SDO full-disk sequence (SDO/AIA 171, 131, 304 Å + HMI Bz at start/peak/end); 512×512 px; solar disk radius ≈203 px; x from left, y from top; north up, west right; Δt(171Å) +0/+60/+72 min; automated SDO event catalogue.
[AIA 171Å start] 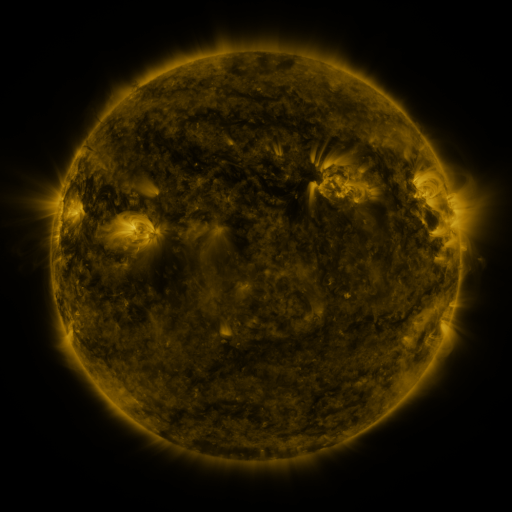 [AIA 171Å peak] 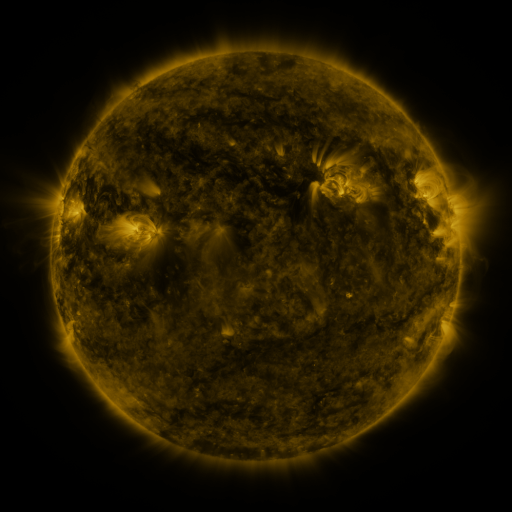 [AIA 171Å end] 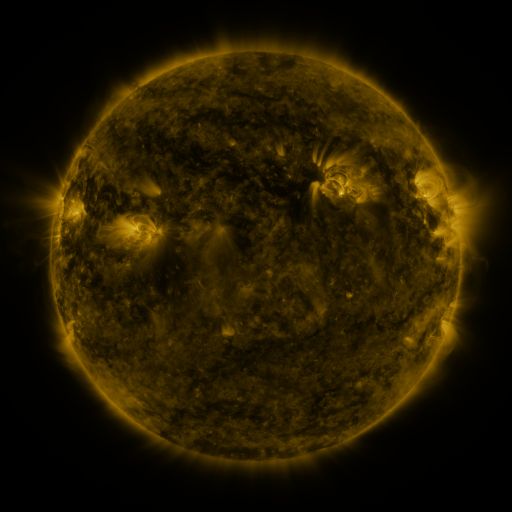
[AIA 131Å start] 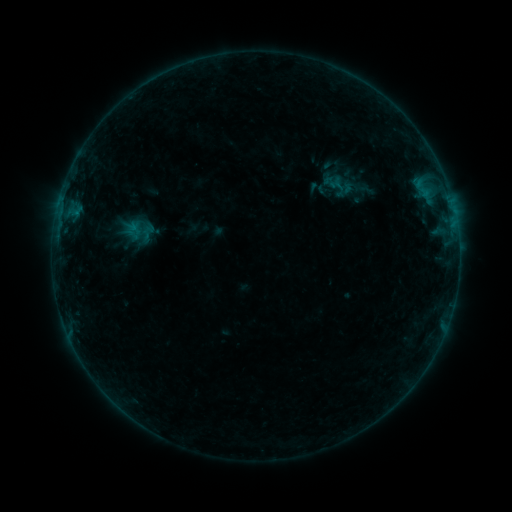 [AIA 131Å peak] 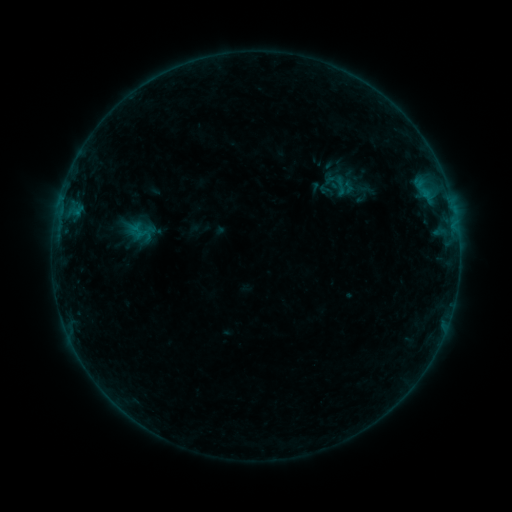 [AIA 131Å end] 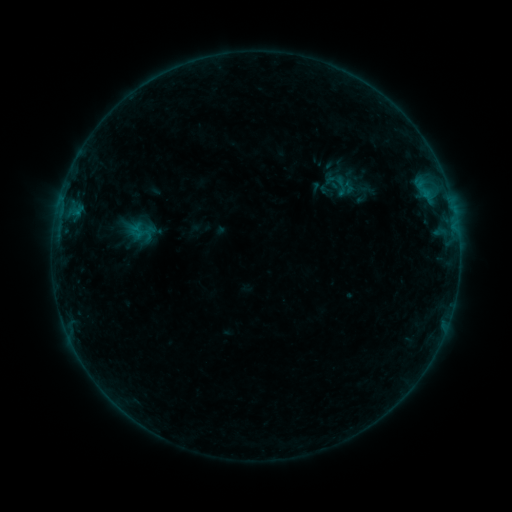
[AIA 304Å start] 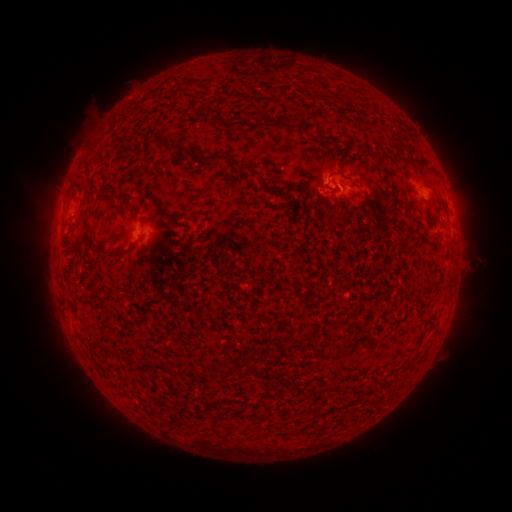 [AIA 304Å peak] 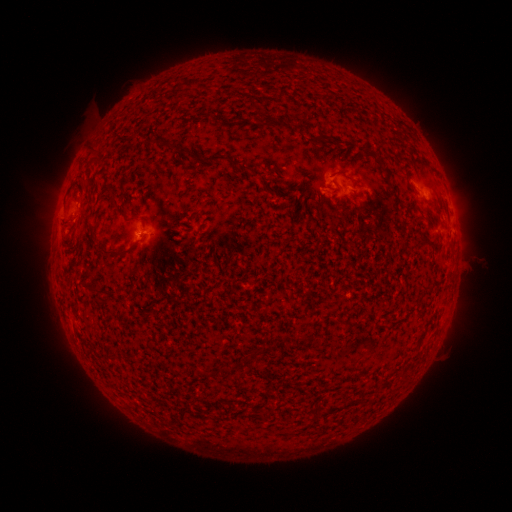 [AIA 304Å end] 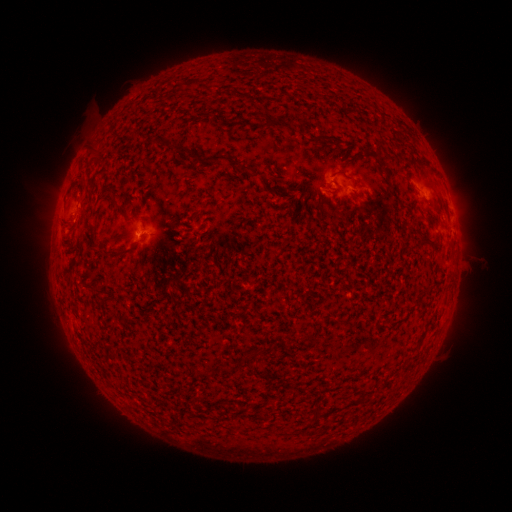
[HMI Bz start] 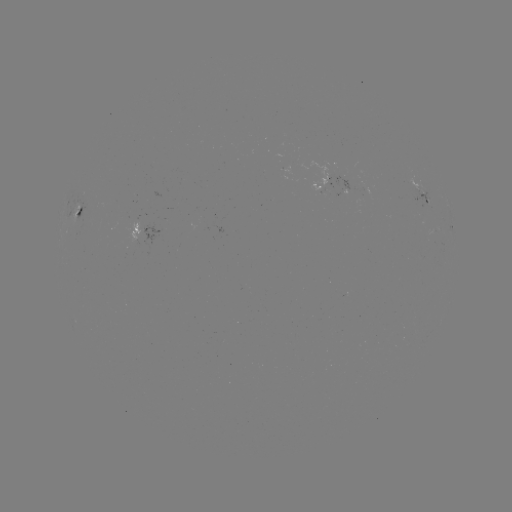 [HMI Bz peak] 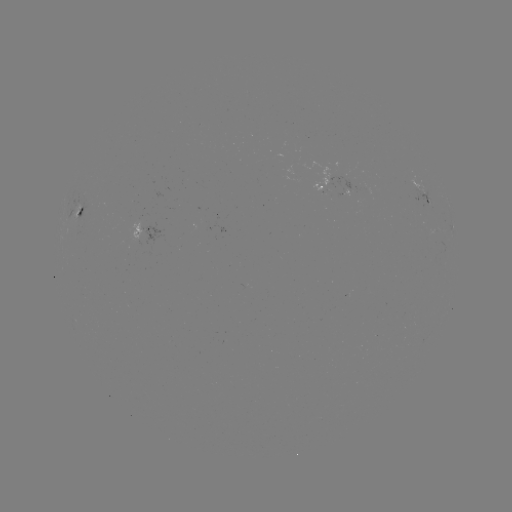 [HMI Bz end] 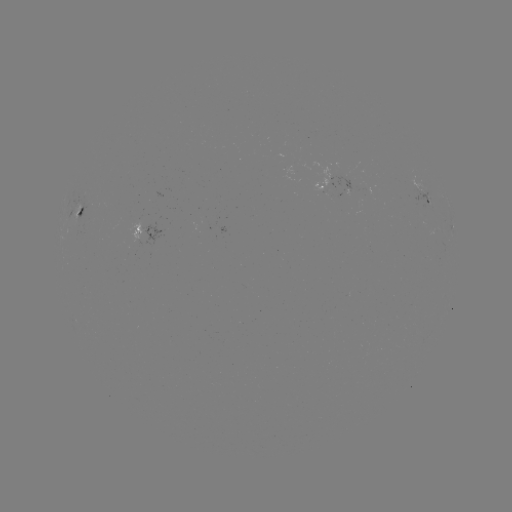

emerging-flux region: (129, 217, 140, 238)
